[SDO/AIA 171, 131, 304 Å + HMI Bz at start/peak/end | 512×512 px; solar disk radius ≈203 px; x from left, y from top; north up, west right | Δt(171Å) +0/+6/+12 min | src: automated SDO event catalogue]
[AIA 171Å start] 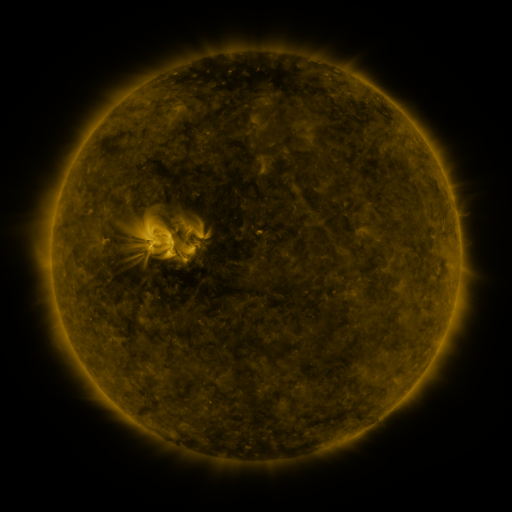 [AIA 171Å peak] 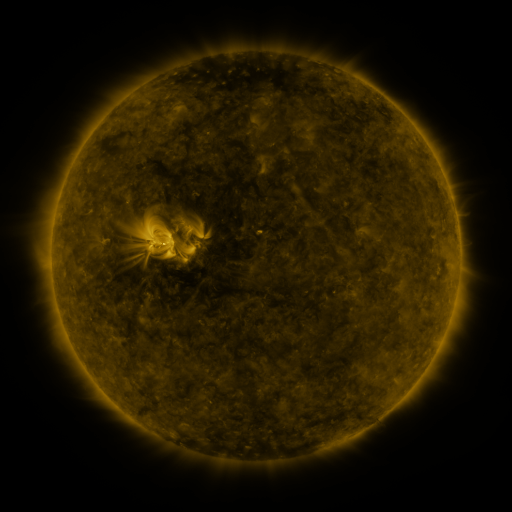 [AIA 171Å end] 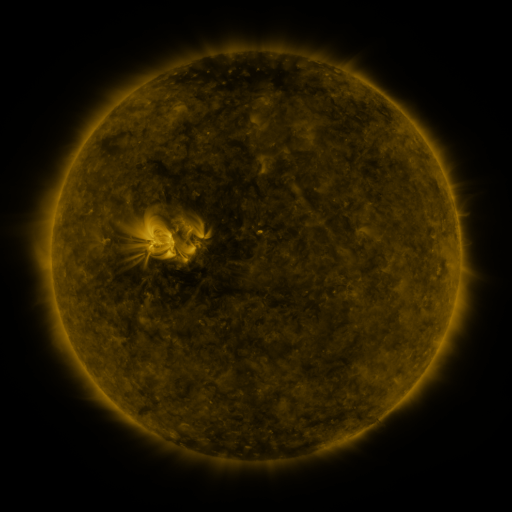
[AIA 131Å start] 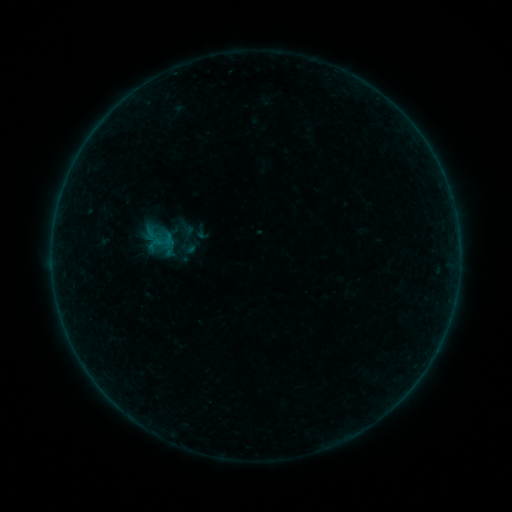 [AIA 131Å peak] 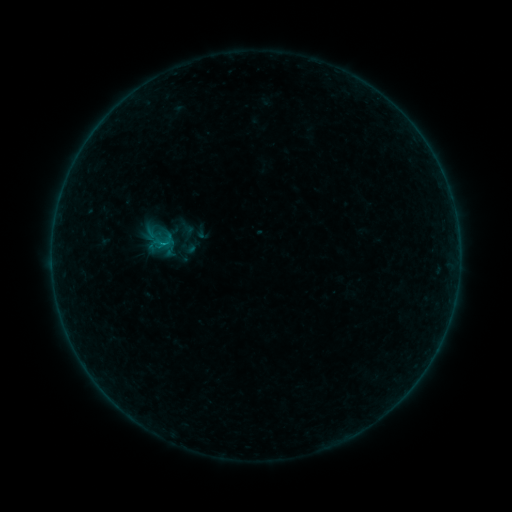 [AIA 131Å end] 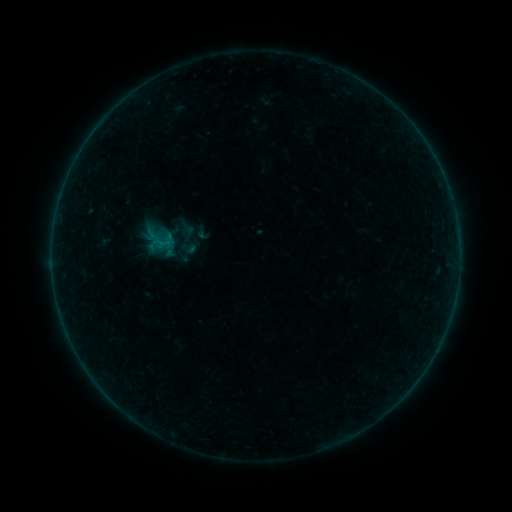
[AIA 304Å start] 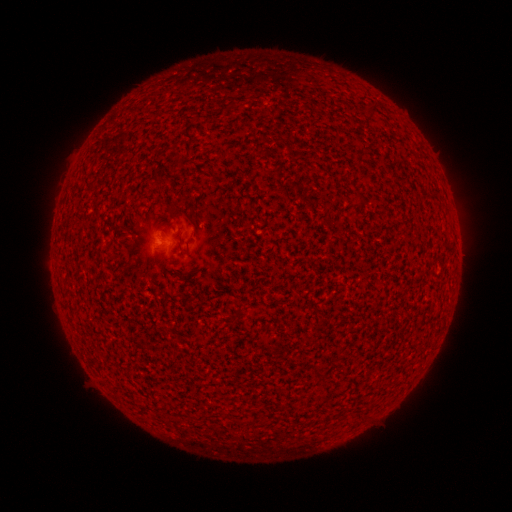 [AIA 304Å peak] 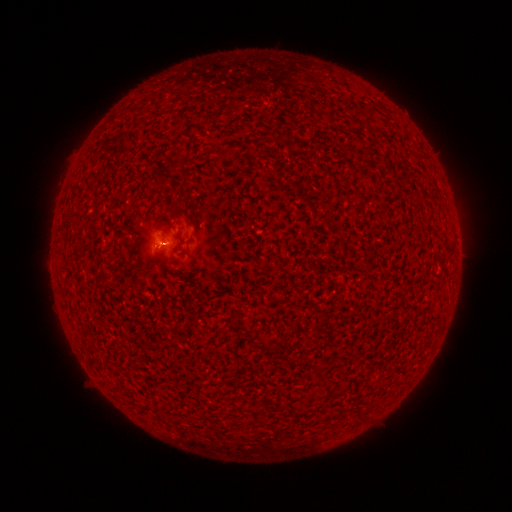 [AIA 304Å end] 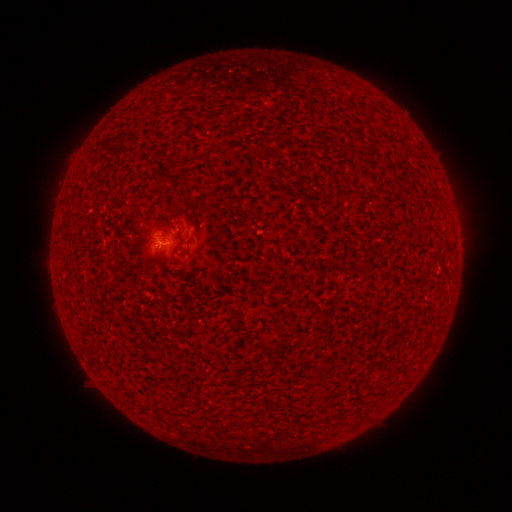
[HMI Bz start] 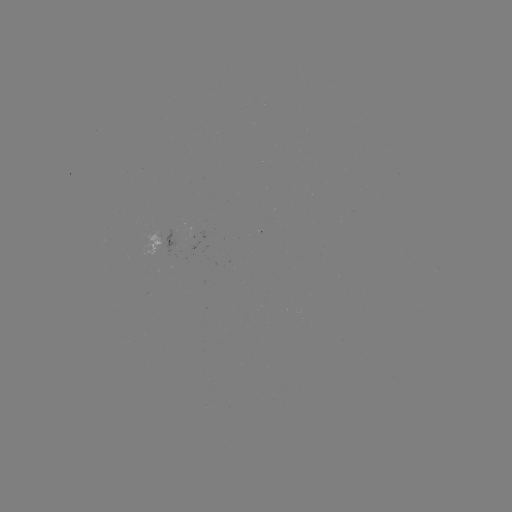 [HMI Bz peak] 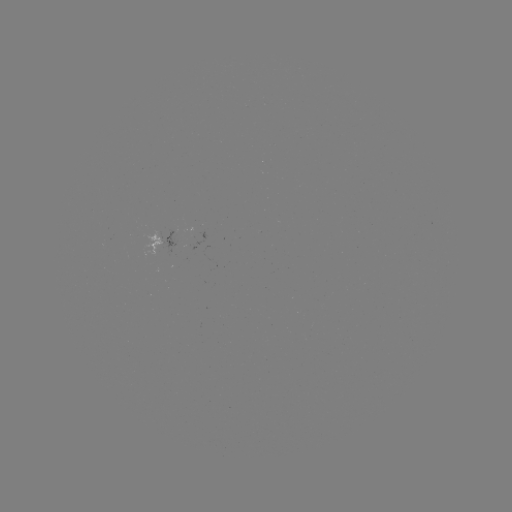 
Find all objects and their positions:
B1.6 flare: (163, 245)
